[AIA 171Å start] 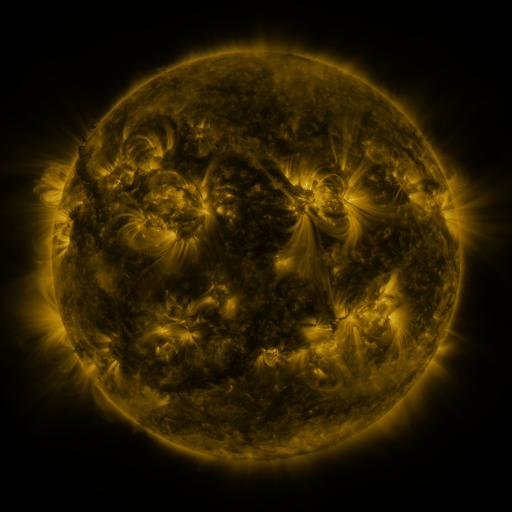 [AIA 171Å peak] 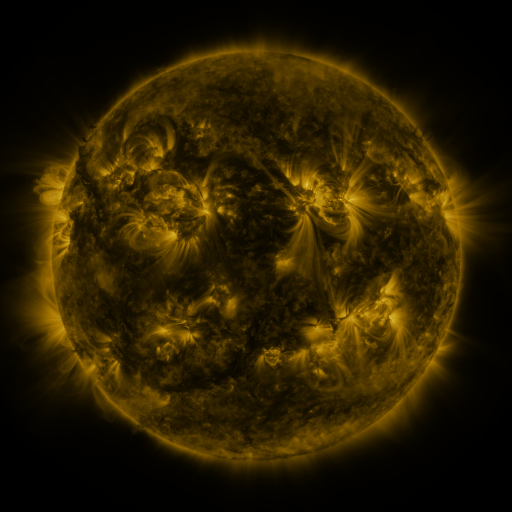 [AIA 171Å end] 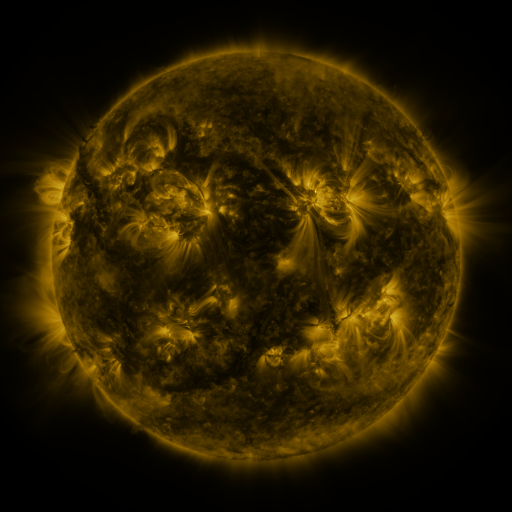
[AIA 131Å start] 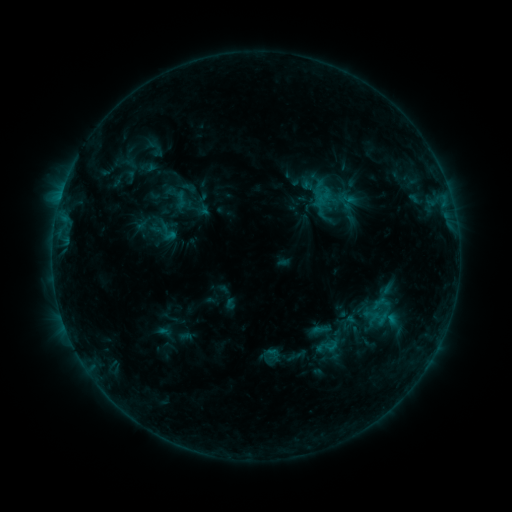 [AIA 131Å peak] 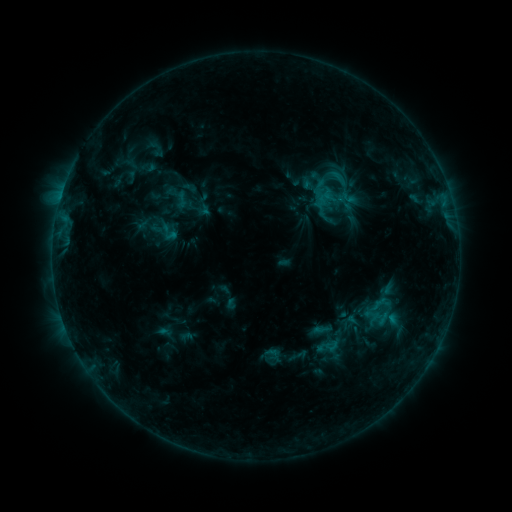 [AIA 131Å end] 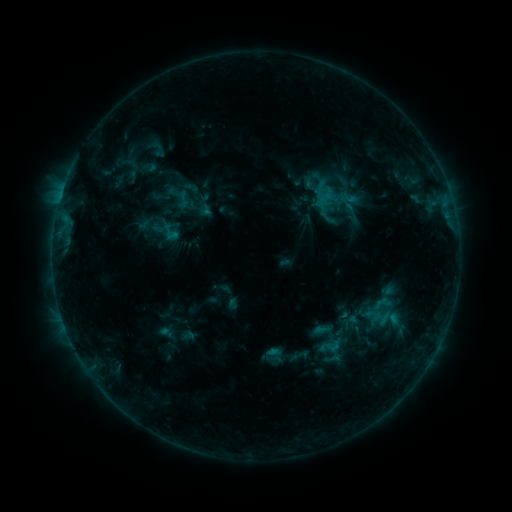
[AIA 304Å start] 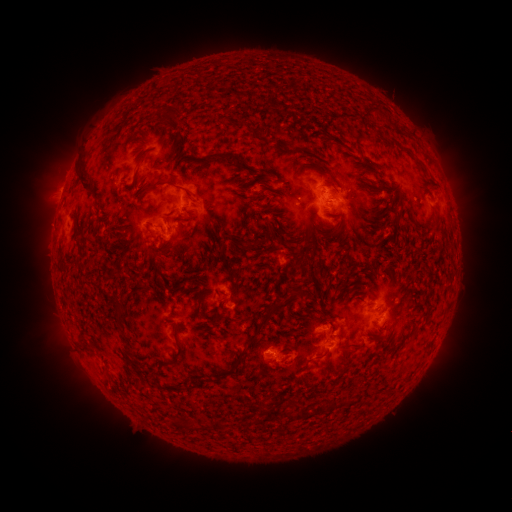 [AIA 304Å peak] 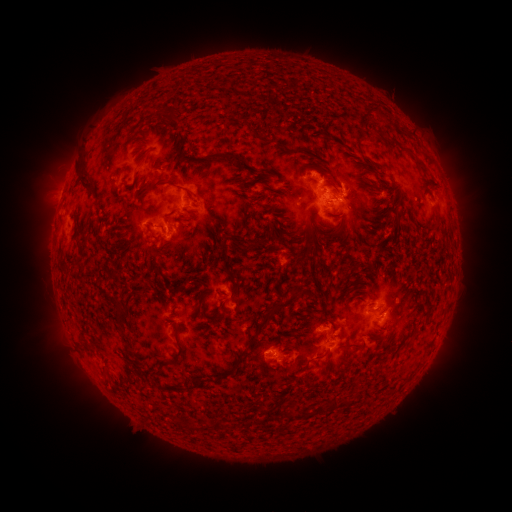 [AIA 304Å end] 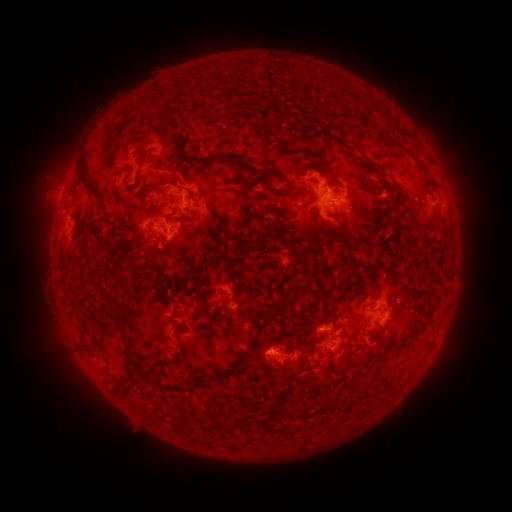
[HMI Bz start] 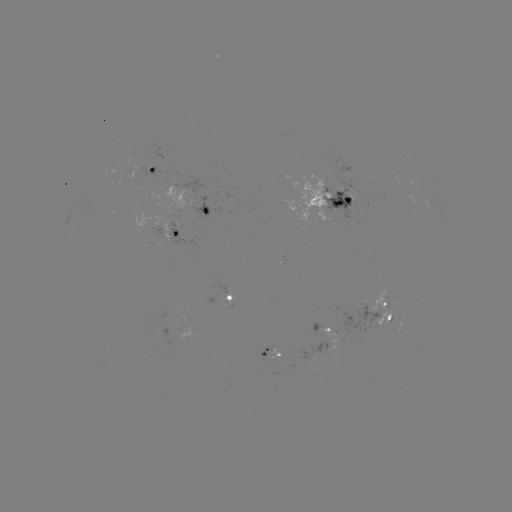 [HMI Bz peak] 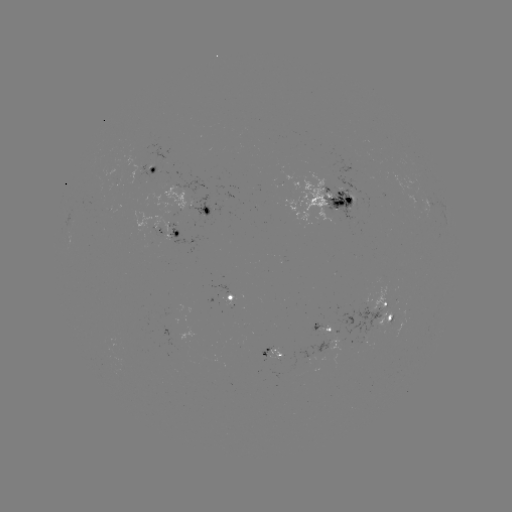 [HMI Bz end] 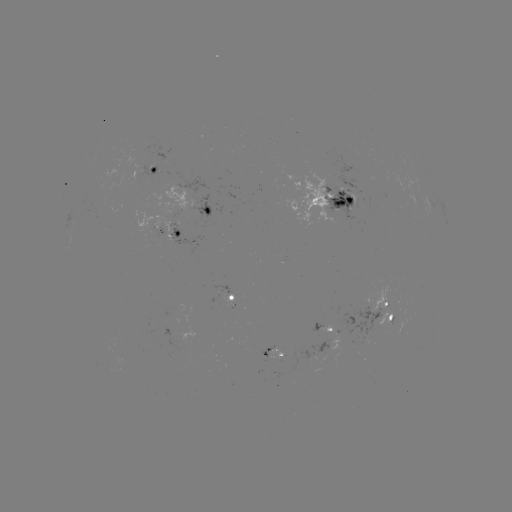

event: flare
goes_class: C1.3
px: (333, 176)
